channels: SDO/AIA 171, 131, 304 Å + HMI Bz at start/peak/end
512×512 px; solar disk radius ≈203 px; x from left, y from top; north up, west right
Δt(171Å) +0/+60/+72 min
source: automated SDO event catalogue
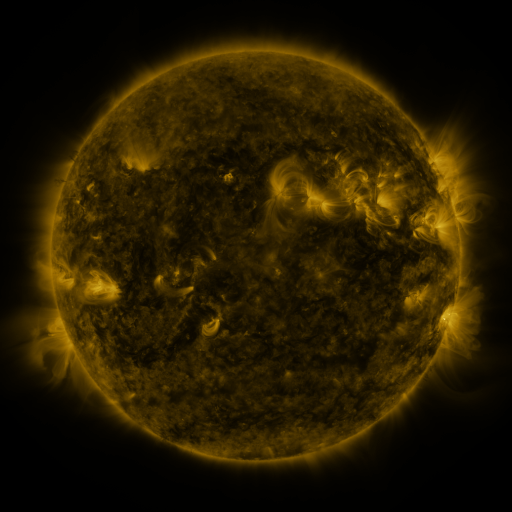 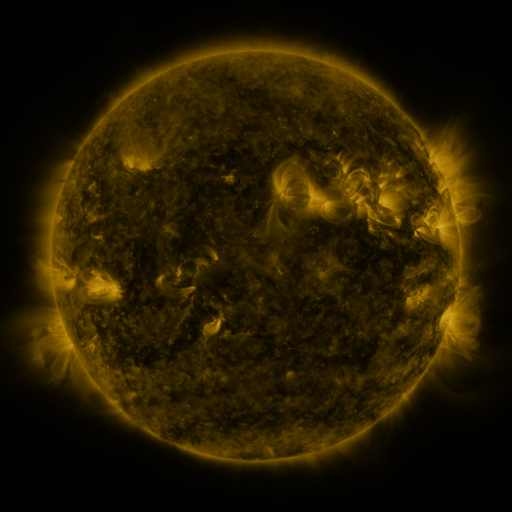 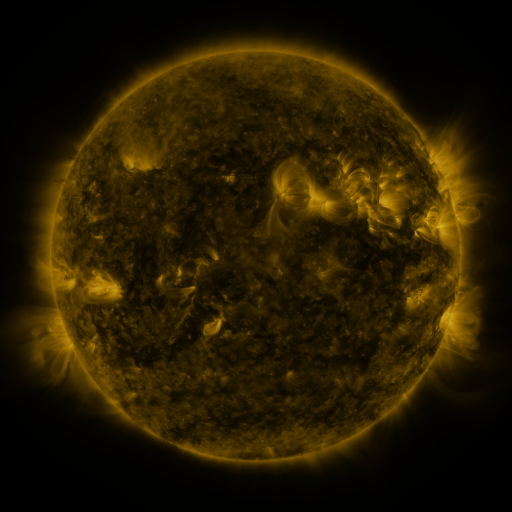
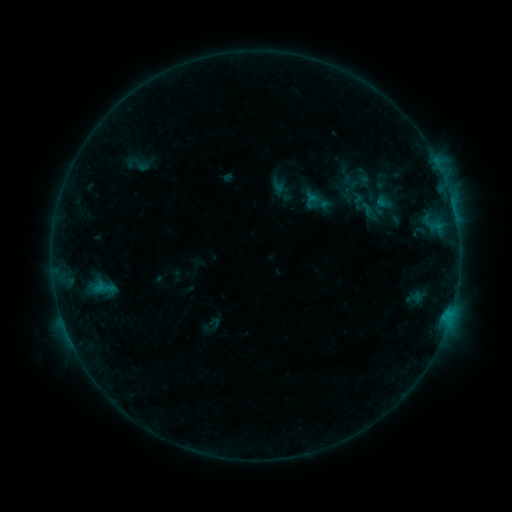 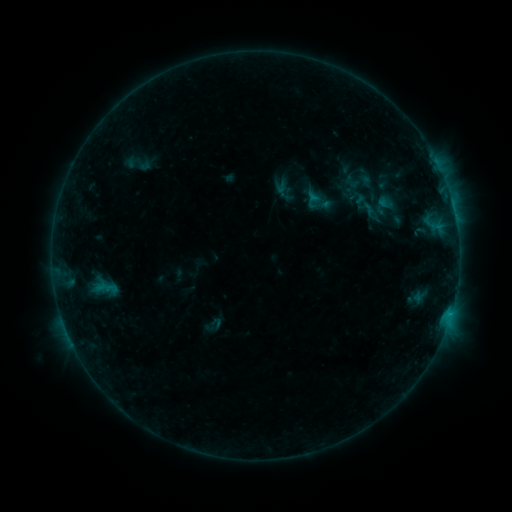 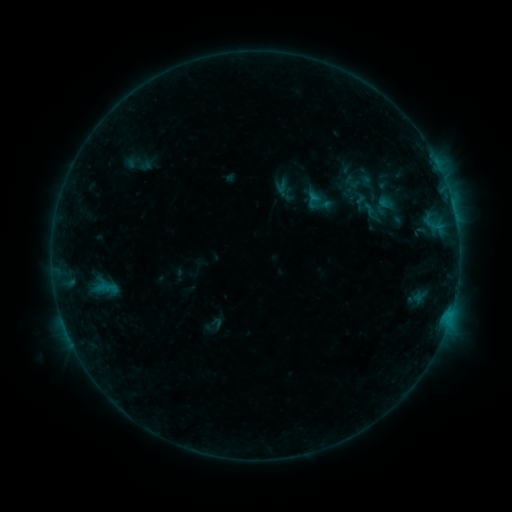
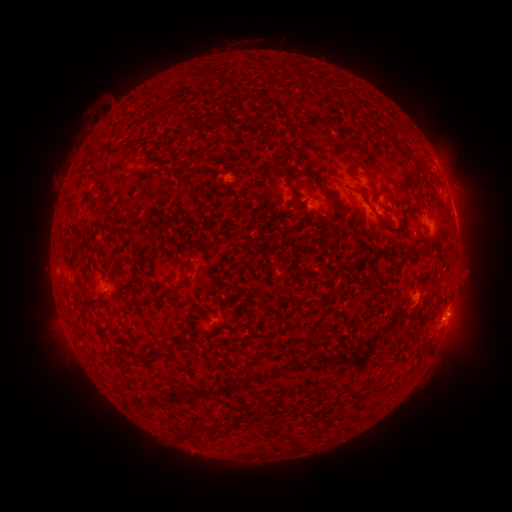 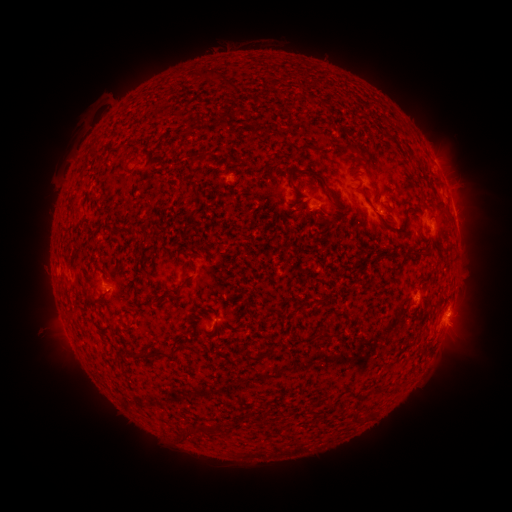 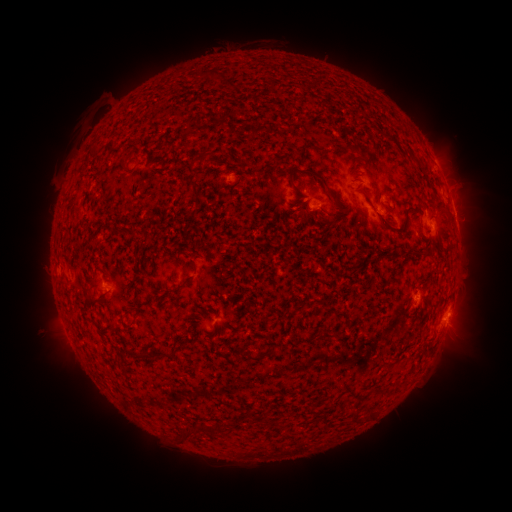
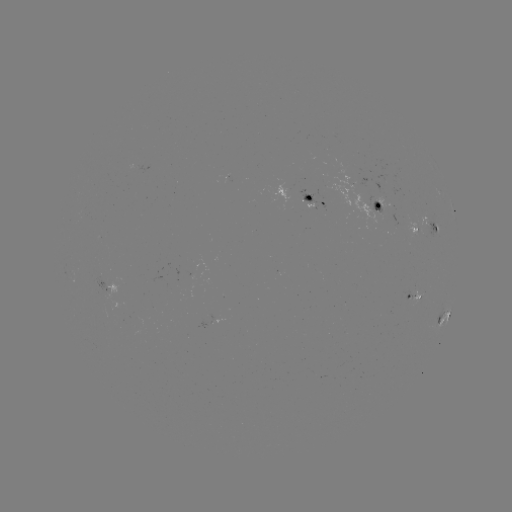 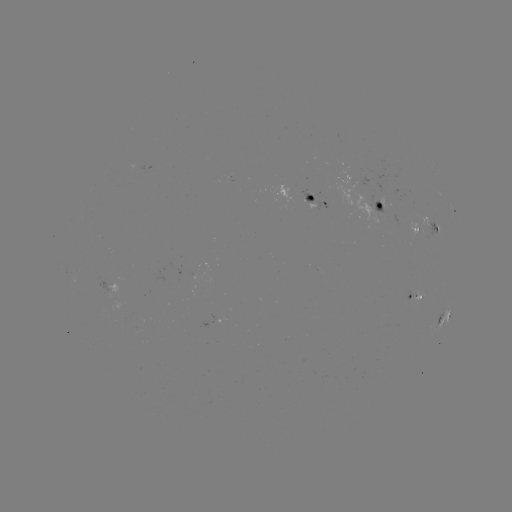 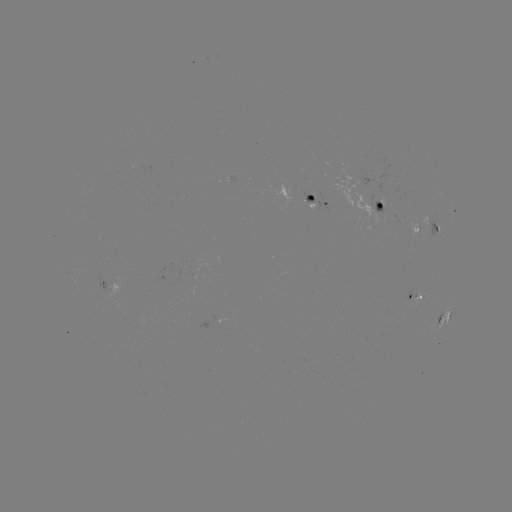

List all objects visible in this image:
emerging-flux region: (412, 294)
